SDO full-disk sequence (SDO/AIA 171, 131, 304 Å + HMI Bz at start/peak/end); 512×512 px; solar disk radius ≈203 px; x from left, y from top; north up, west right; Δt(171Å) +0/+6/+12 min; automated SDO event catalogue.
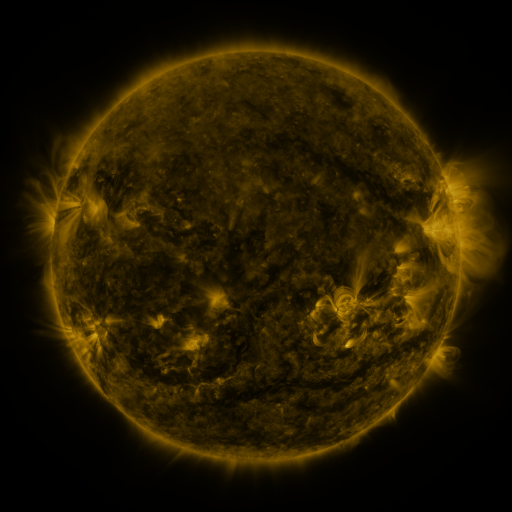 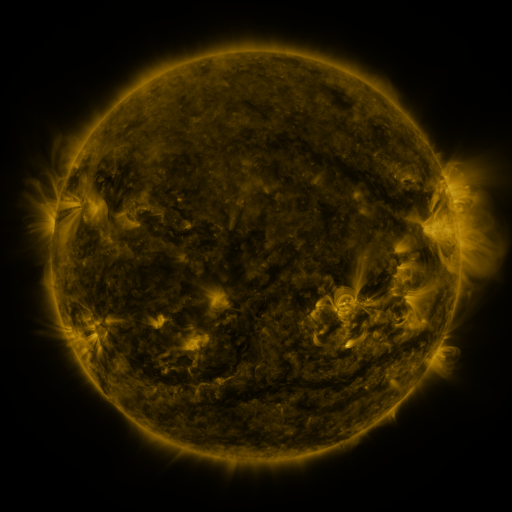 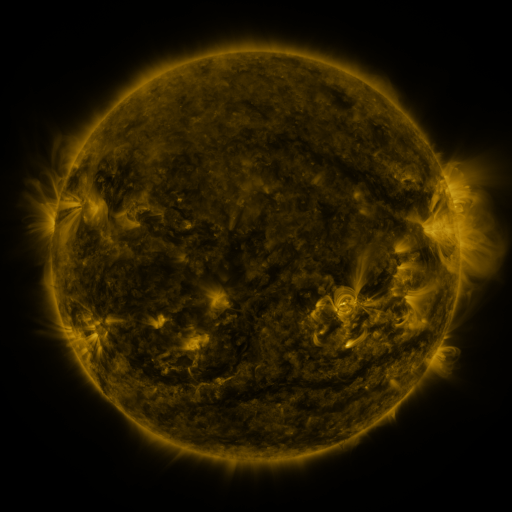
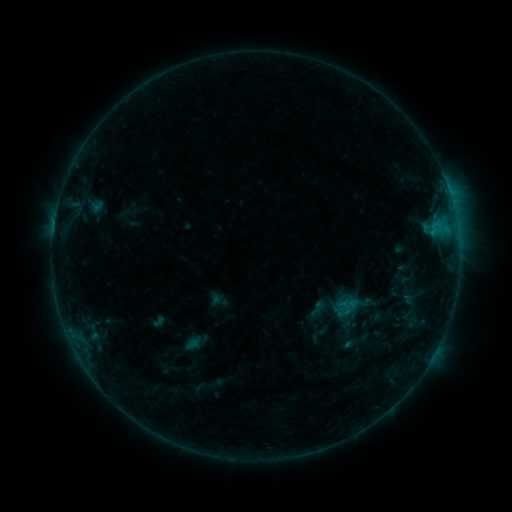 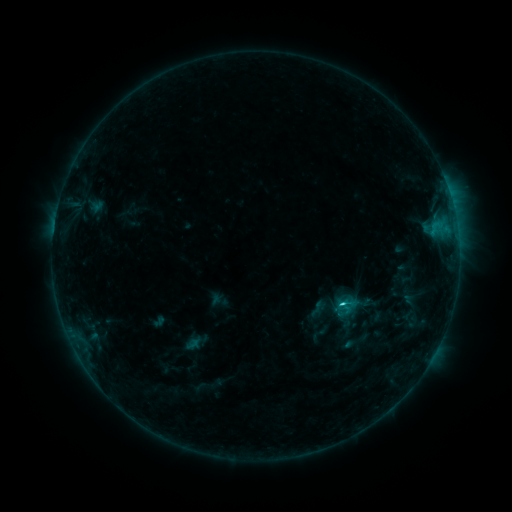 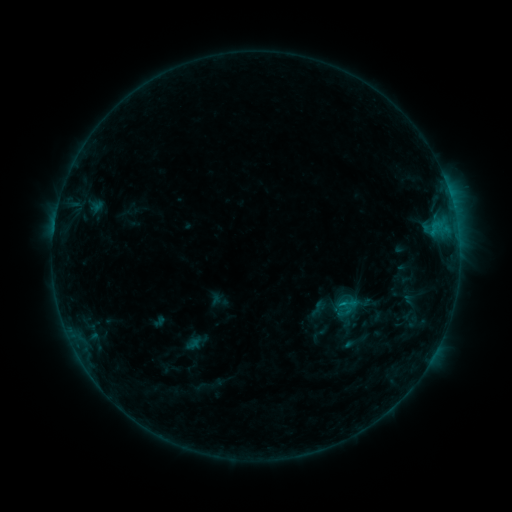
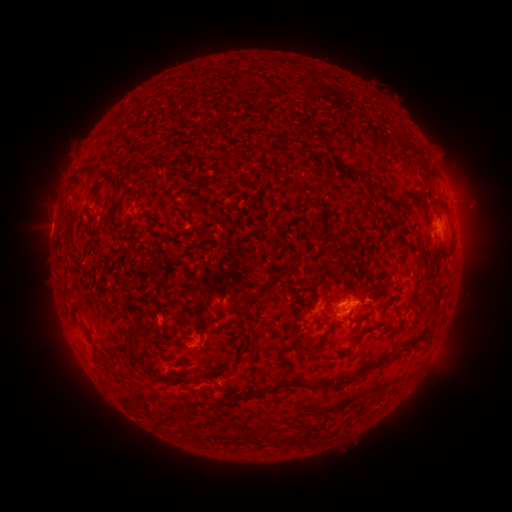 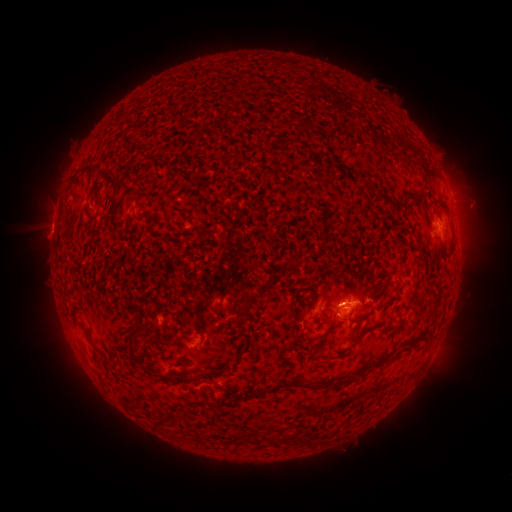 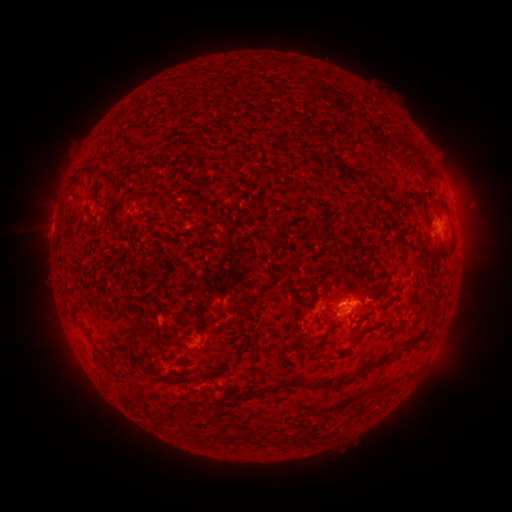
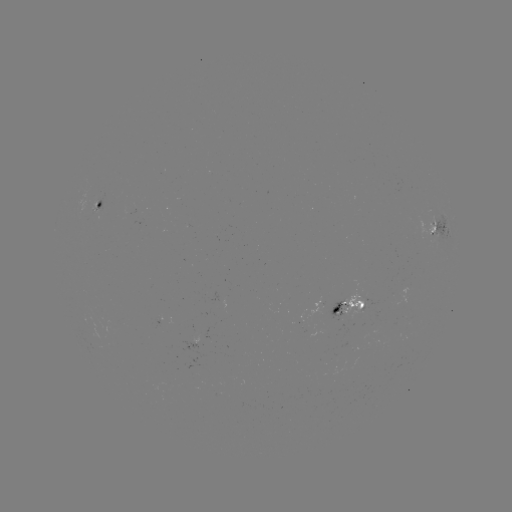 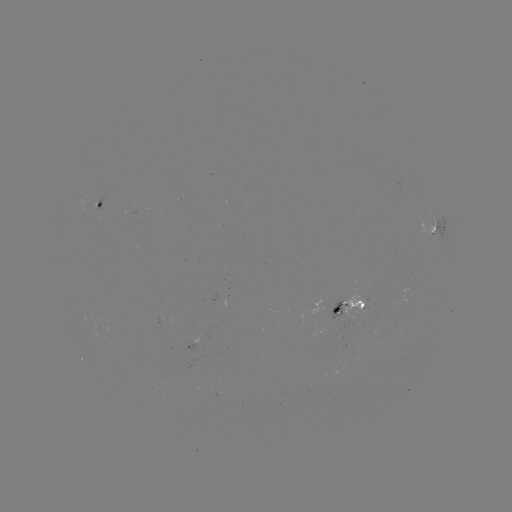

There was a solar flare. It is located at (340, 302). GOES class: C1.2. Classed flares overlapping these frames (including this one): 1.